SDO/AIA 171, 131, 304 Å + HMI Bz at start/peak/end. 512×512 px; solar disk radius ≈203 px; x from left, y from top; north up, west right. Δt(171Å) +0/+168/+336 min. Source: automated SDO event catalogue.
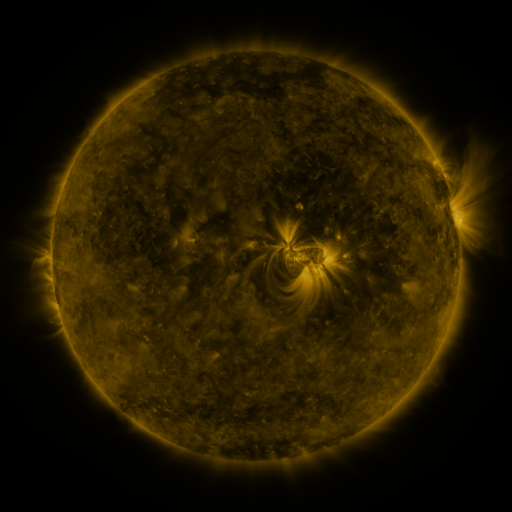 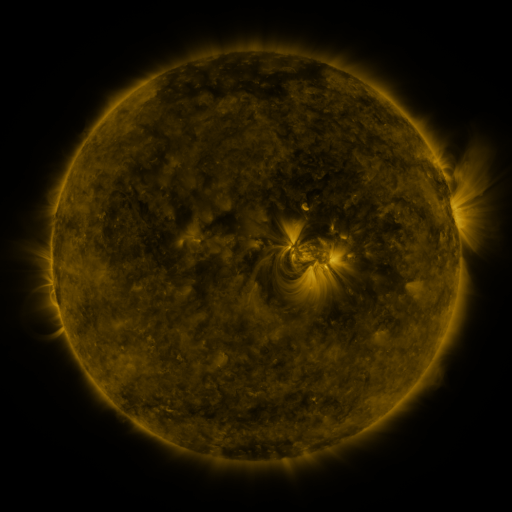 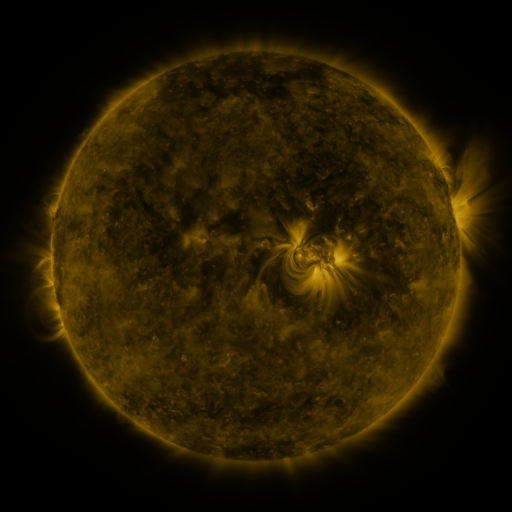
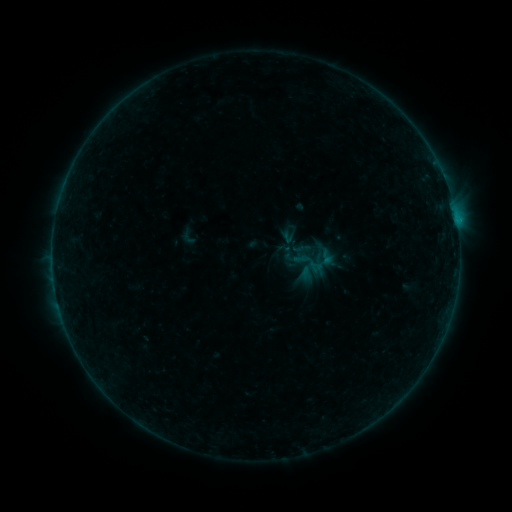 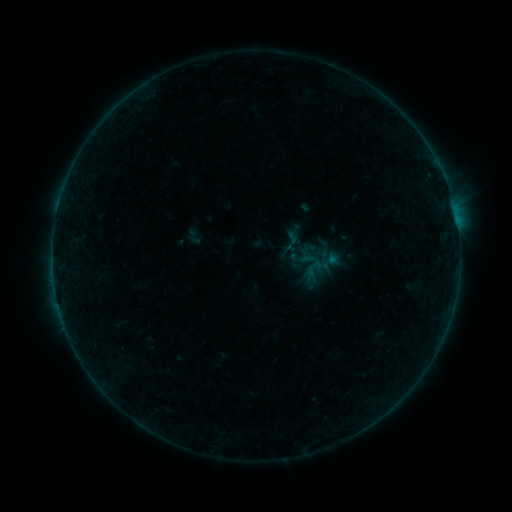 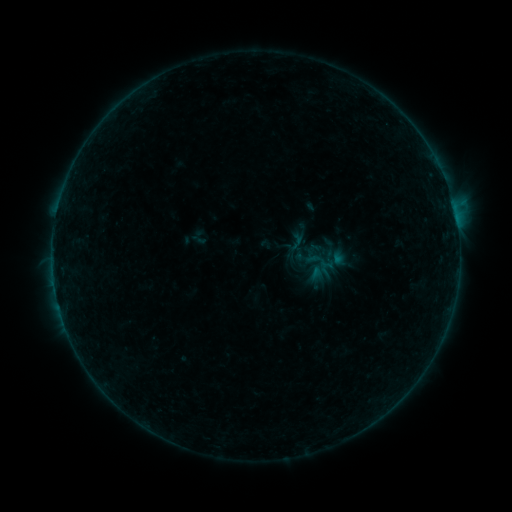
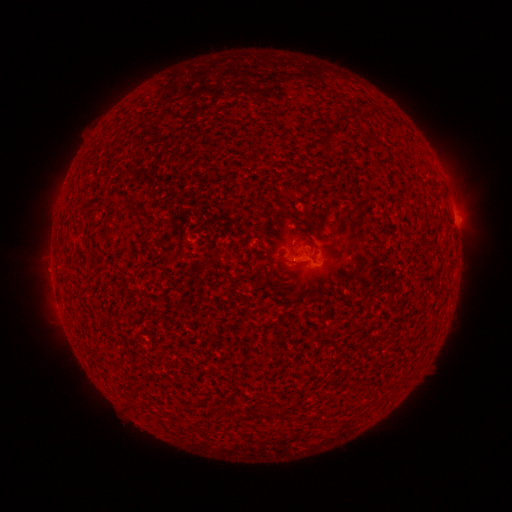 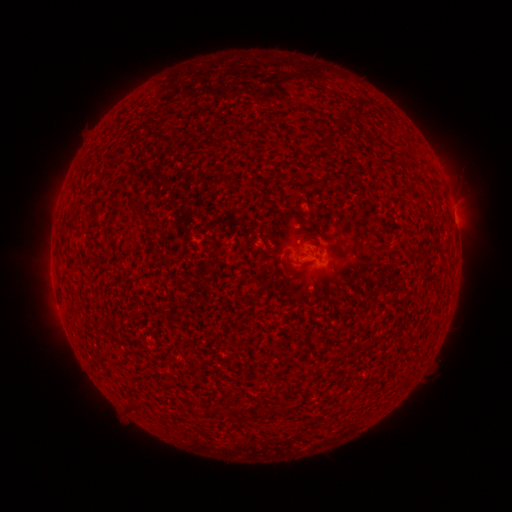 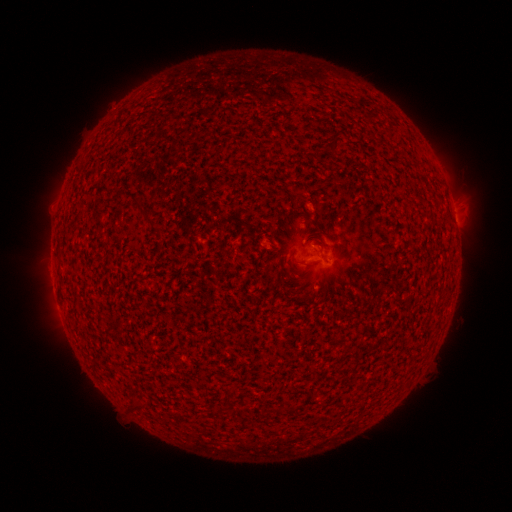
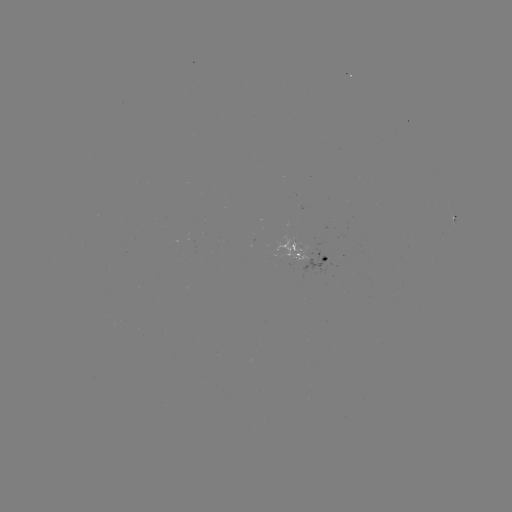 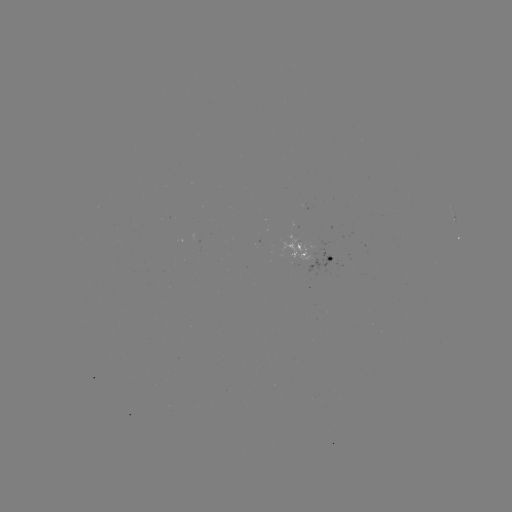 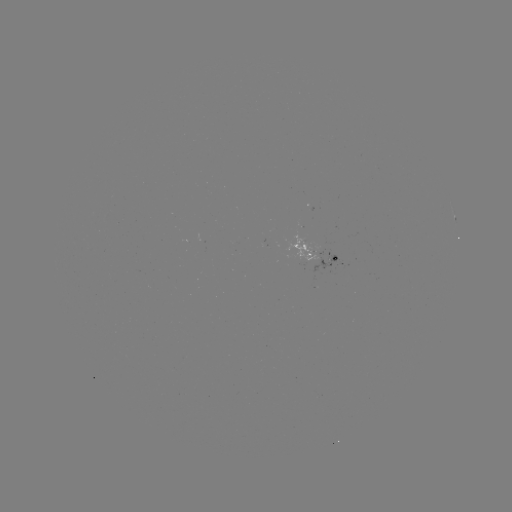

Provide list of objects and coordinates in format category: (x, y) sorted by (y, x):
filament eruption: (44, 284)
